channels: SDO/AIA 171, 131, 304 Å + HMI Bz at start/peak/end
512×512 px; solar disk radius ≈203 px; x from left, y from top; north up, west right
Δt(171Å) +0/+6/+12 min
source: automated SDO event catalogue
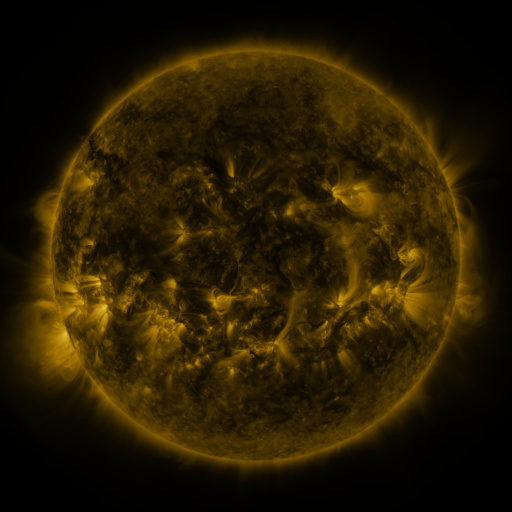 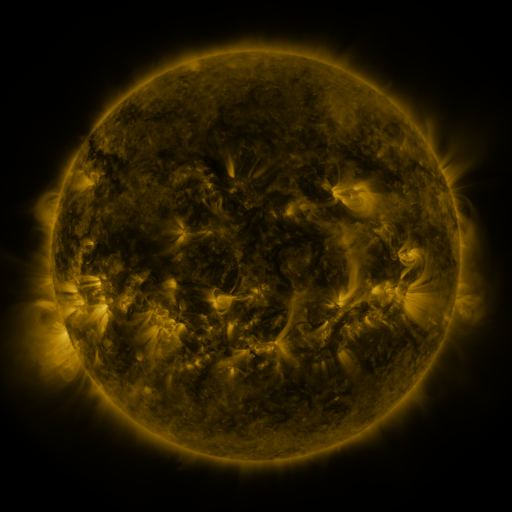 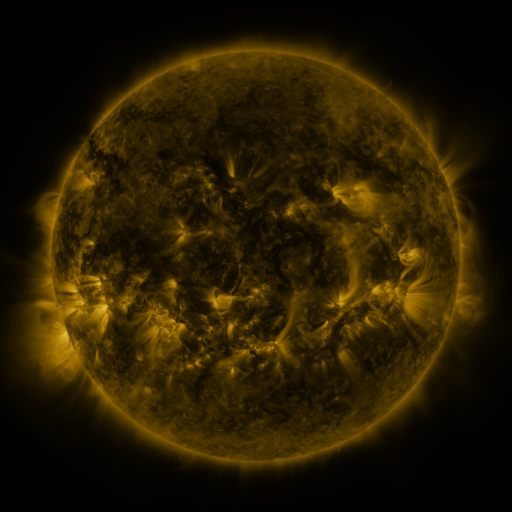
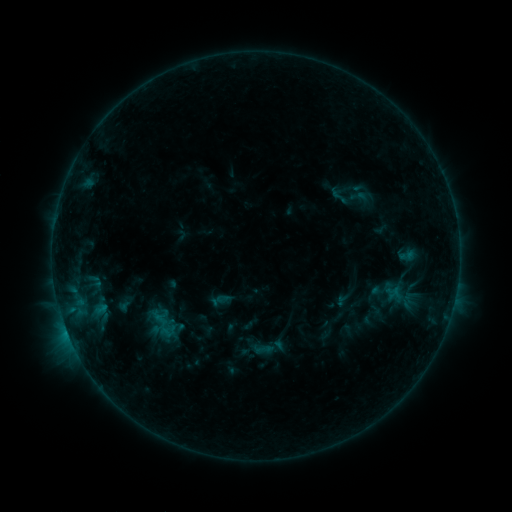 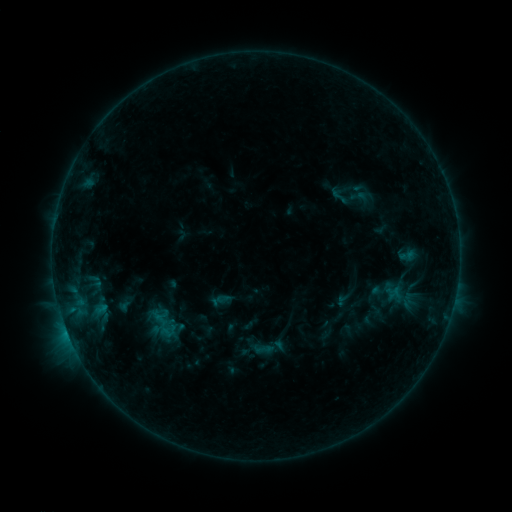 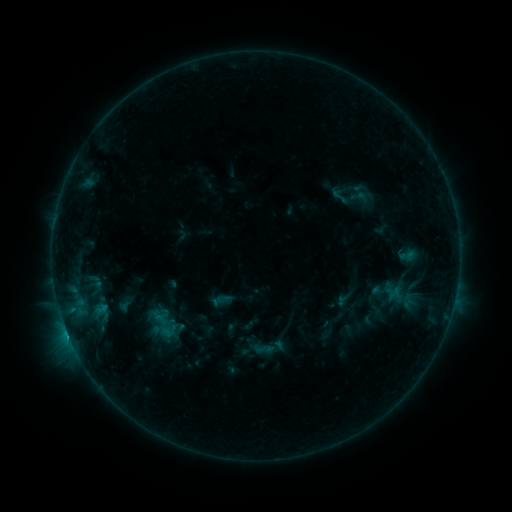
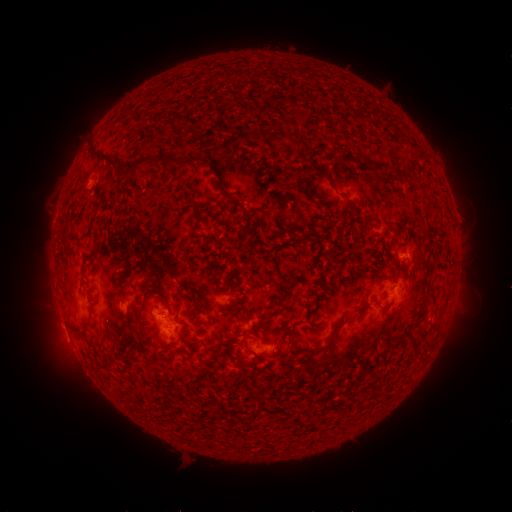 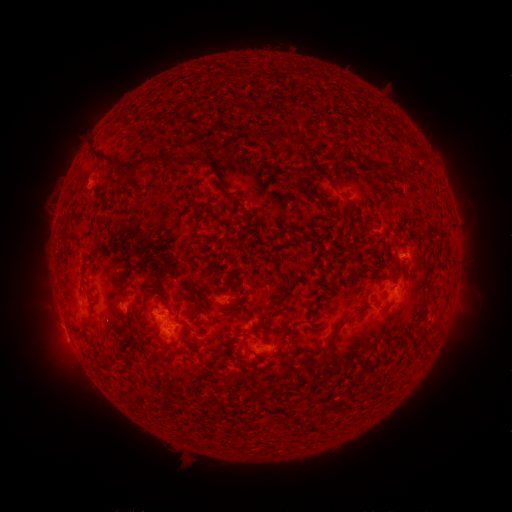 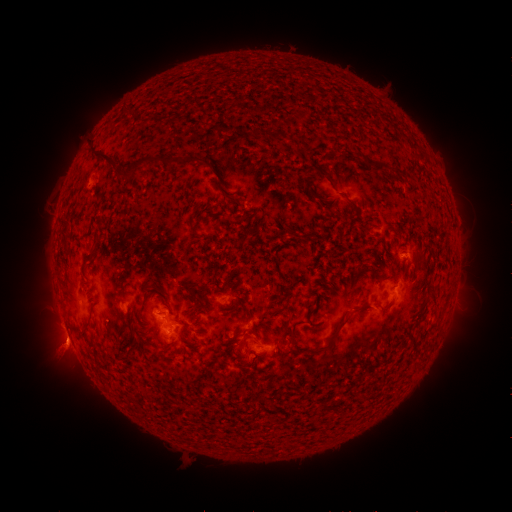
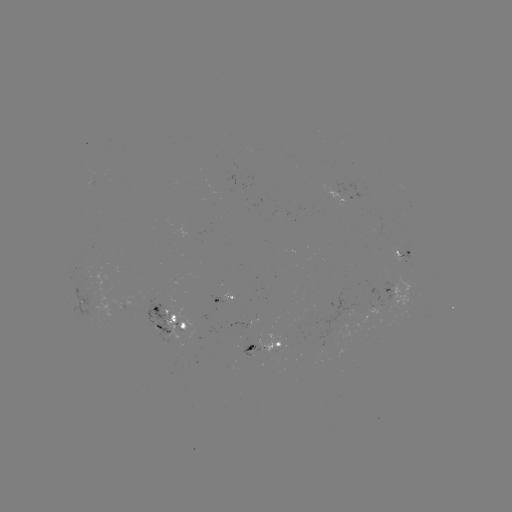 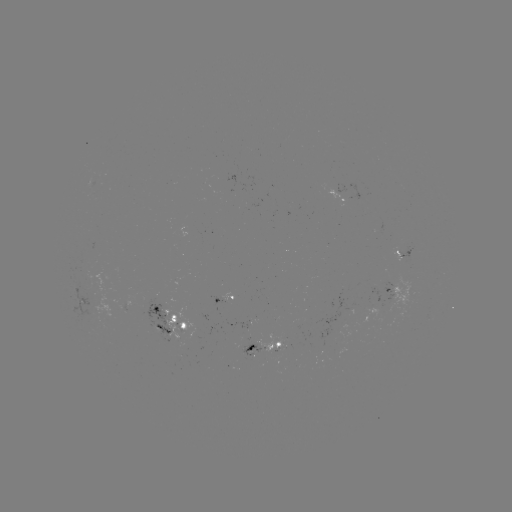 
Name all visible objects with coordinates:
C1.4 flare: (68, 335)
